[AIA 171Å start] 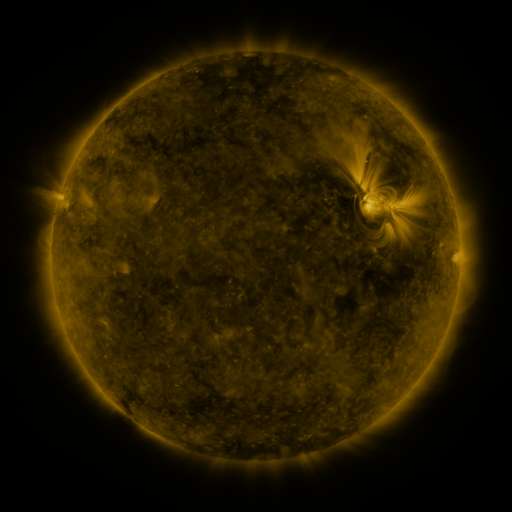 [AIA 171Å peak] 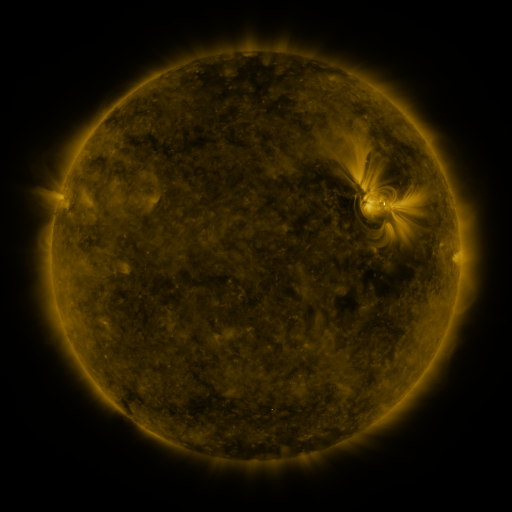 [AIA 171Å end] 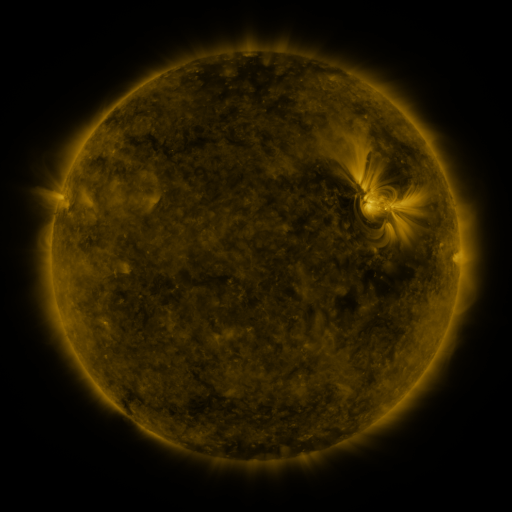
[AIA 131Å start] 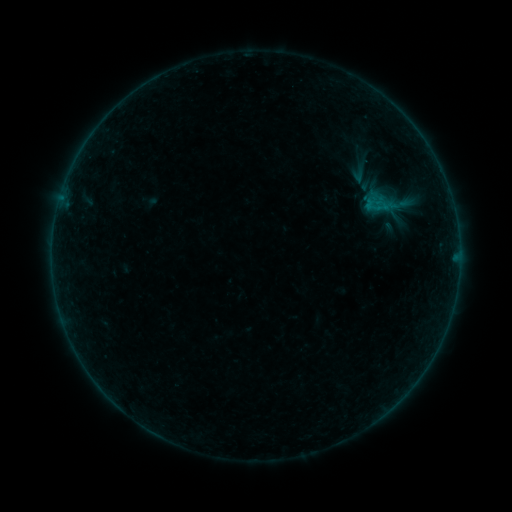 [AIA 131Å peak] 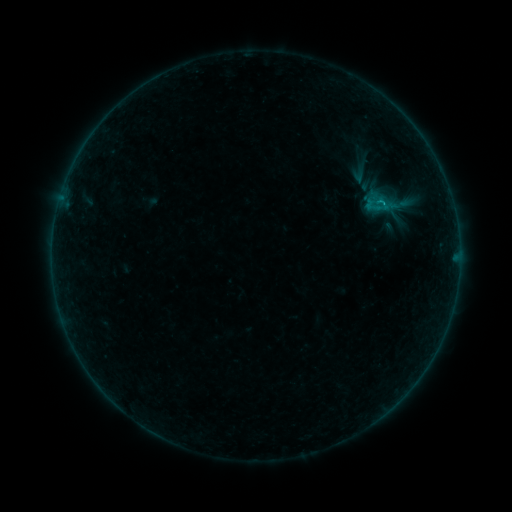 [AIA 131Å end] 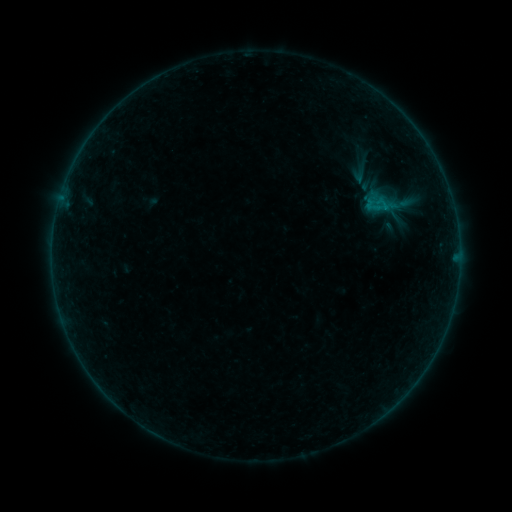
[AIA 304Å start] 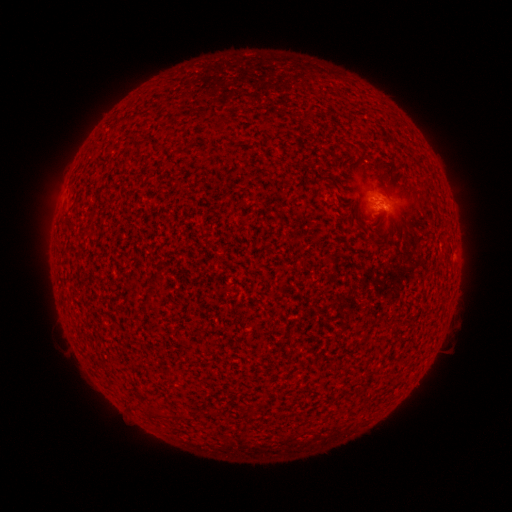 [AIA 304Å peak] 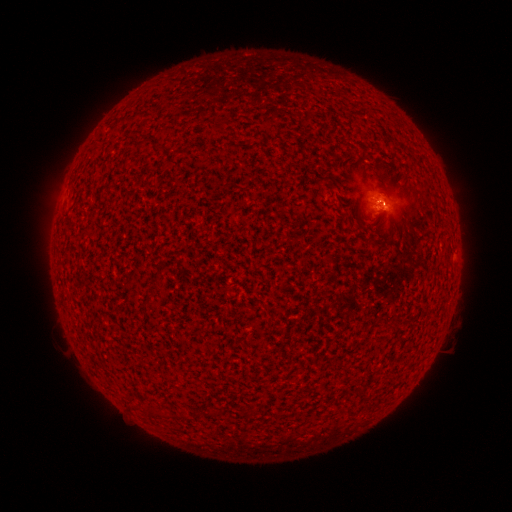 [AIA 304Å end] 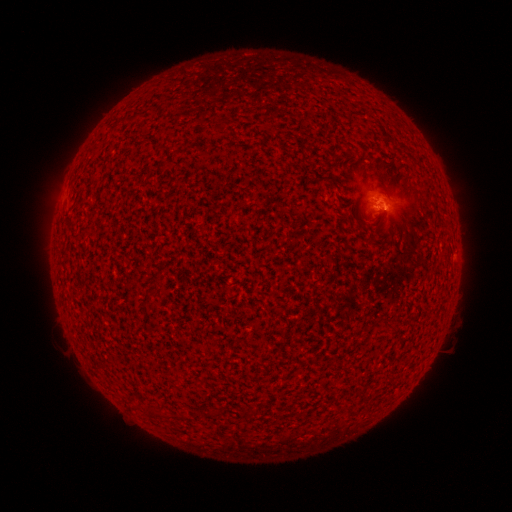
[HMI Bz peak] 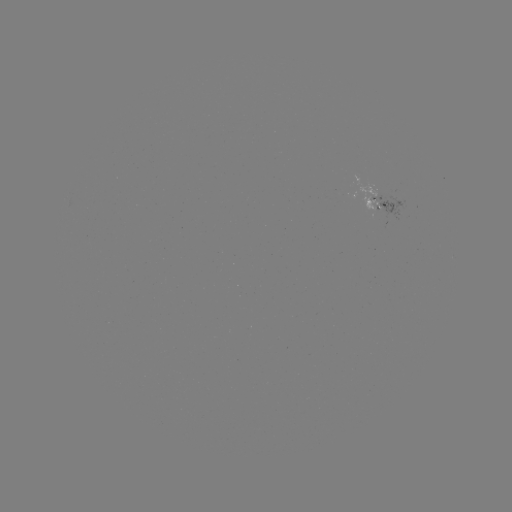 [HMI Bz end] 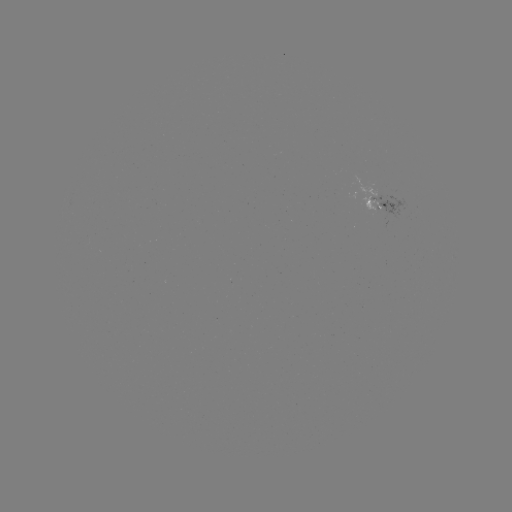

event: flare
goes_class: B1.8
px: (380, 205)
